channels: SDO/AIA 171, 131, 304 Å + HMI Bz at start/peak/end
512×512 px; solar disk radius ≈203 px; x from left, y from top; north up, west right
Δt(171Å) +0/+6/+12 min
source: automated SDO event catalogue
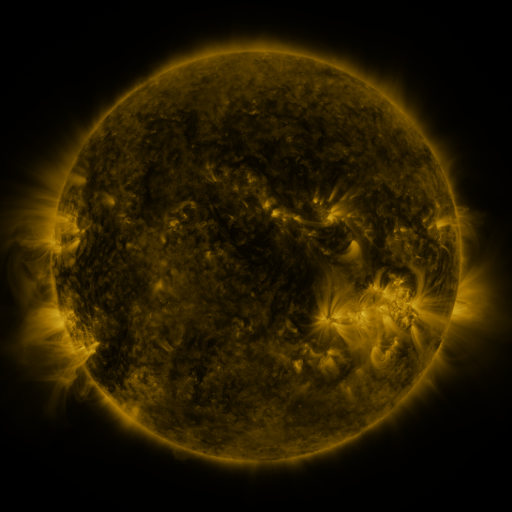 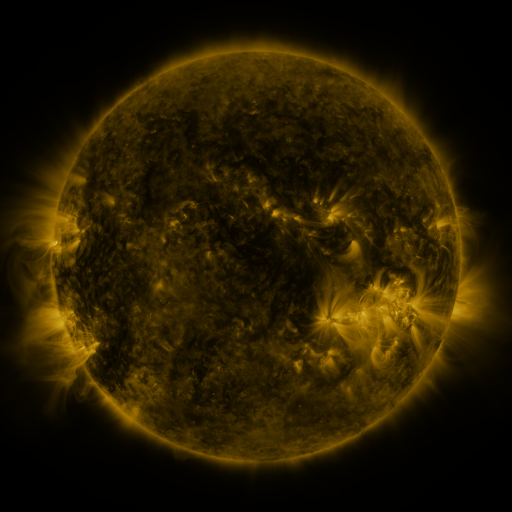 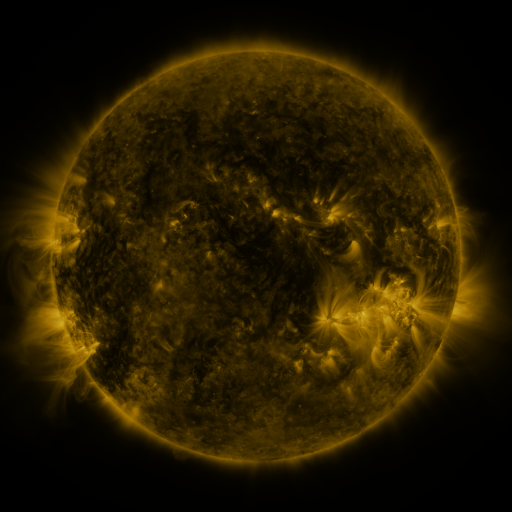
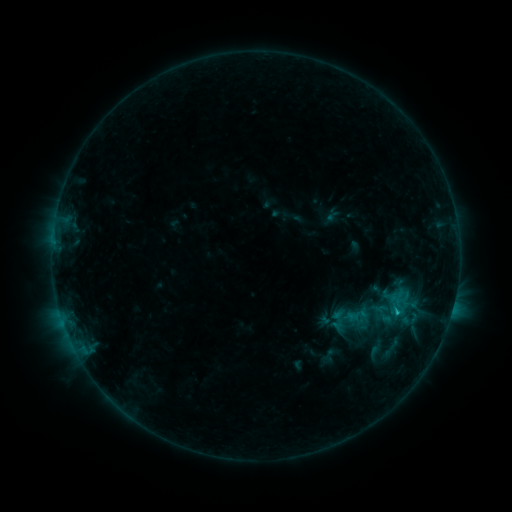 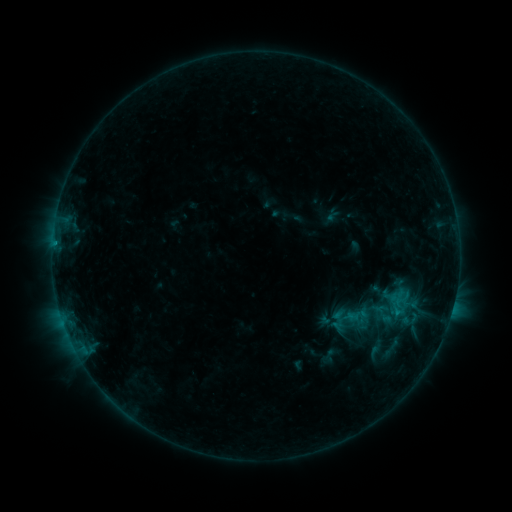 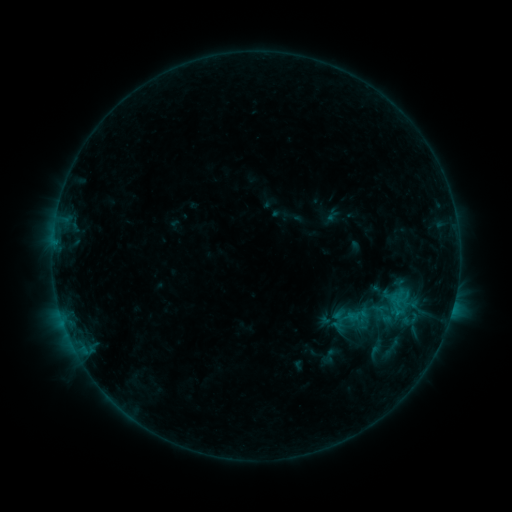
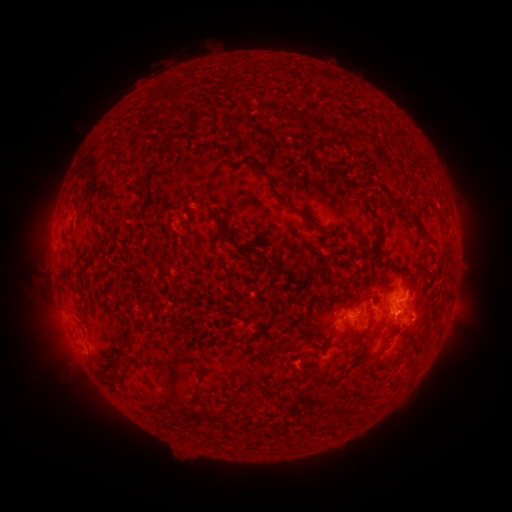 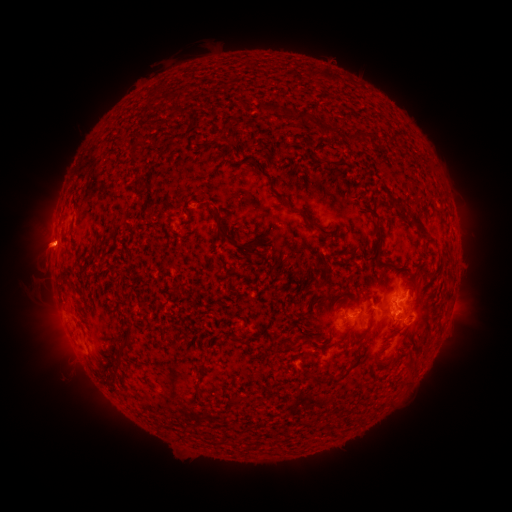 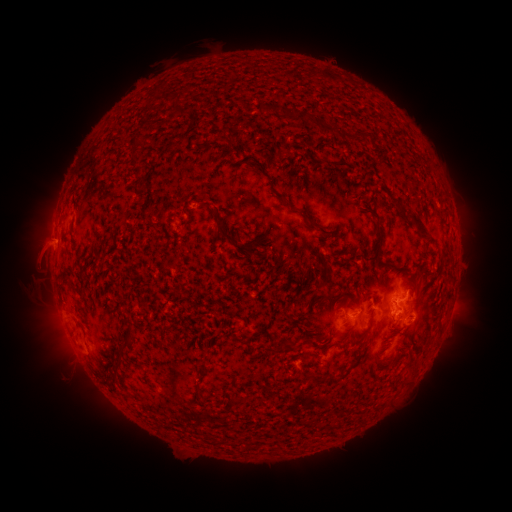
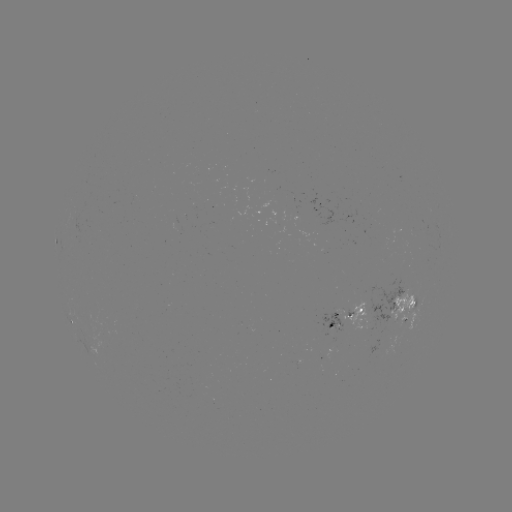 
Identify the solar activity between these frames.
eruption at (48, 244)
